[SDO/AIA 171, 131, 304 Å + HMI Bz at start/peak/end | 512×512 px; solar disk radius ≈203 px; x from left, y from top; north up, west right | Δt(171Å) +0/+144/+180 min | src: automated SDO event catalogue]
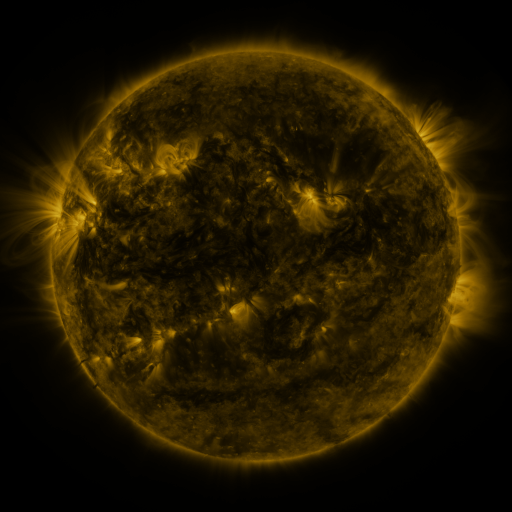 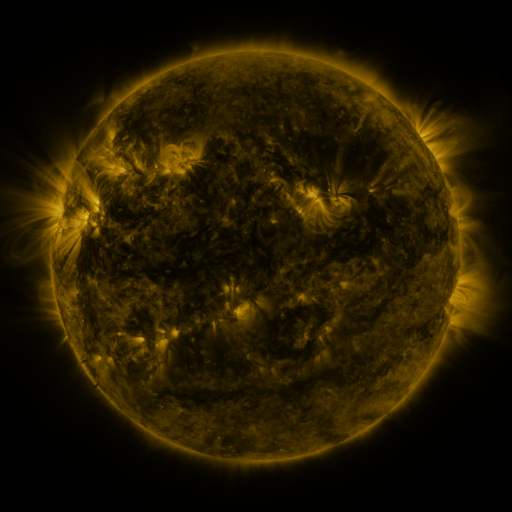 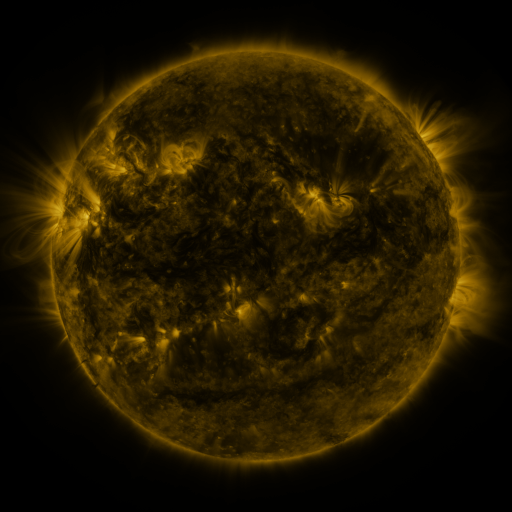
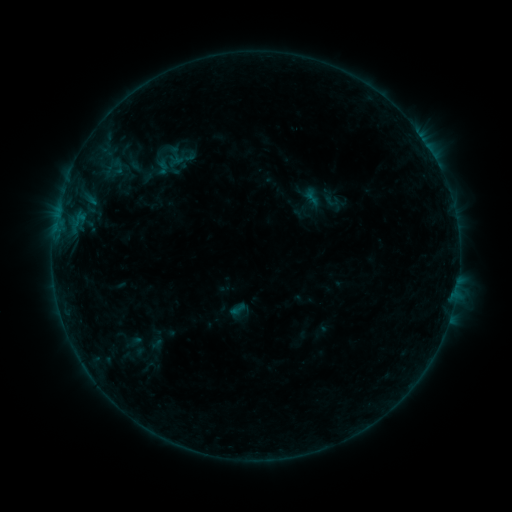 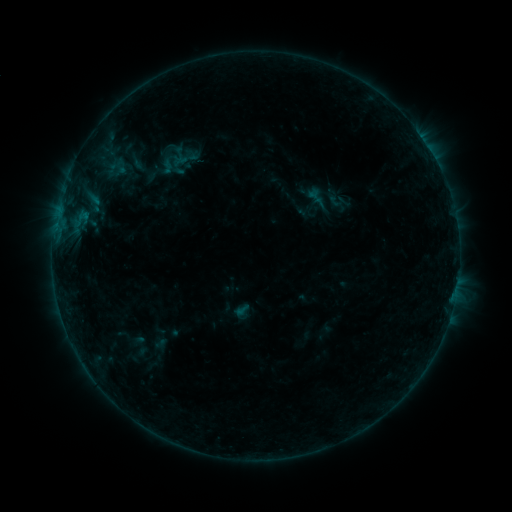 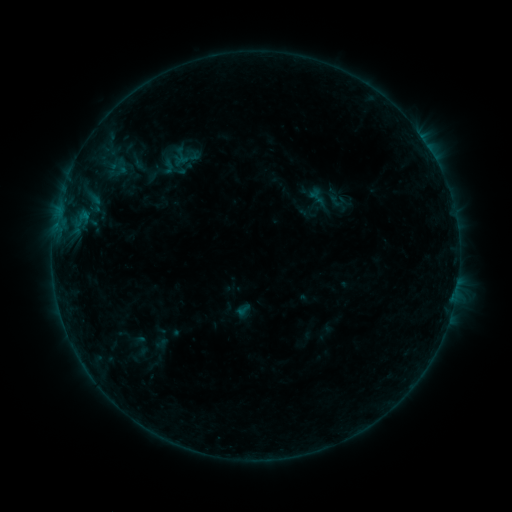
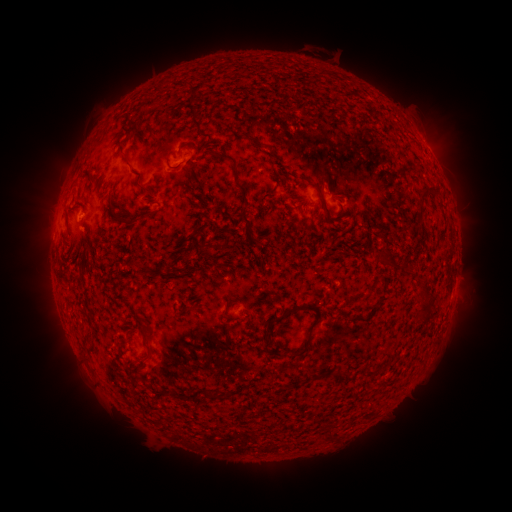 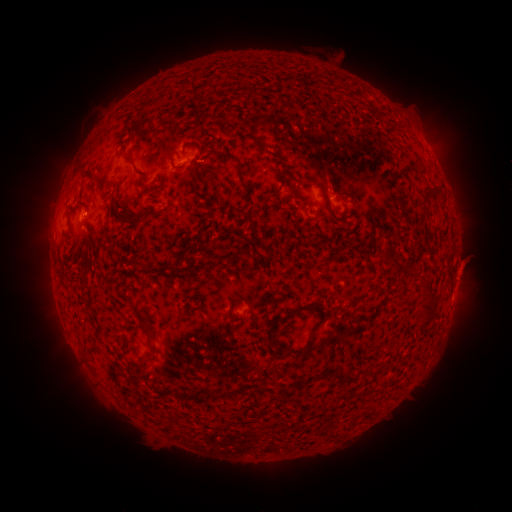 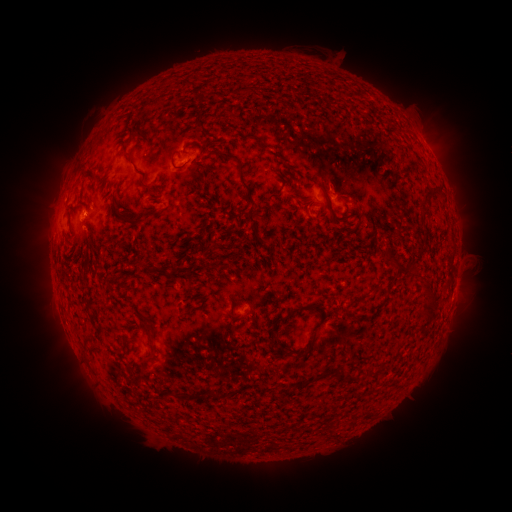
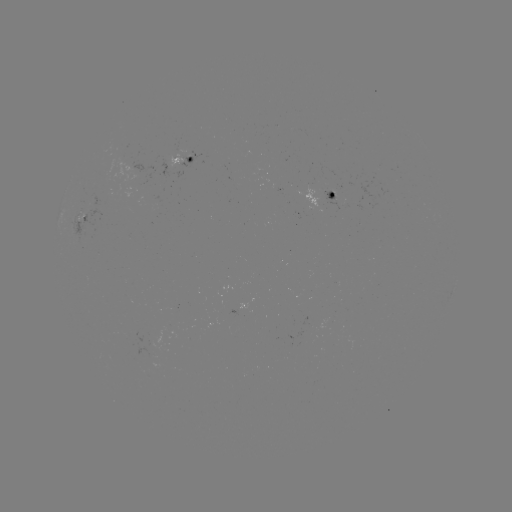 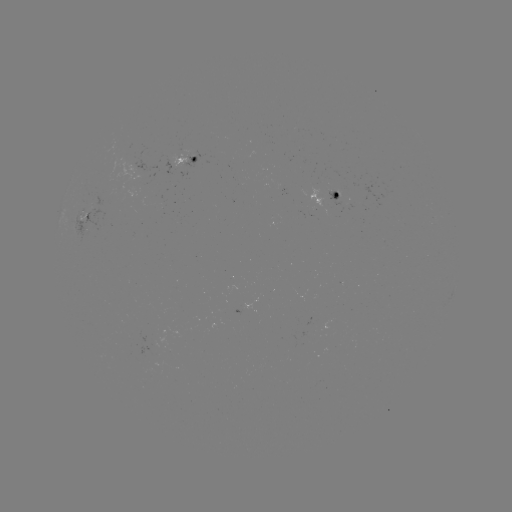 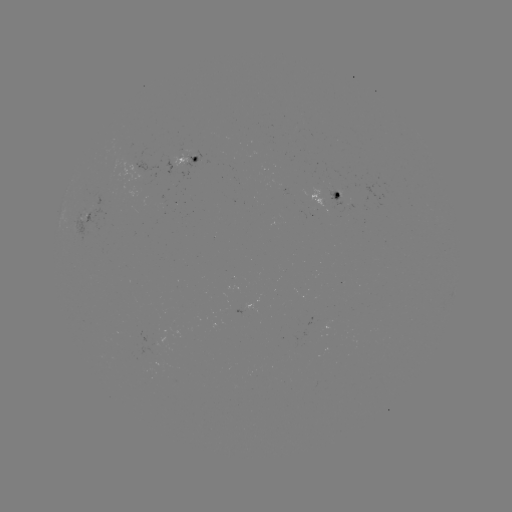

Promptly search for emerging-flux region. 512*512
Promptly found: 342,198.